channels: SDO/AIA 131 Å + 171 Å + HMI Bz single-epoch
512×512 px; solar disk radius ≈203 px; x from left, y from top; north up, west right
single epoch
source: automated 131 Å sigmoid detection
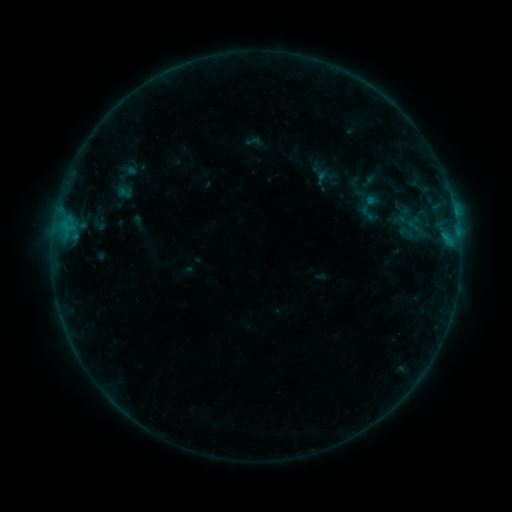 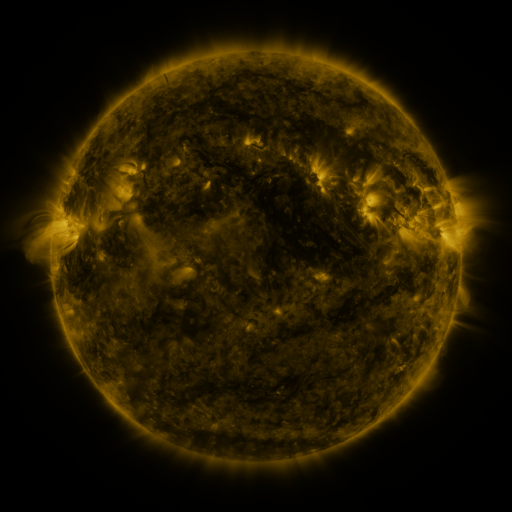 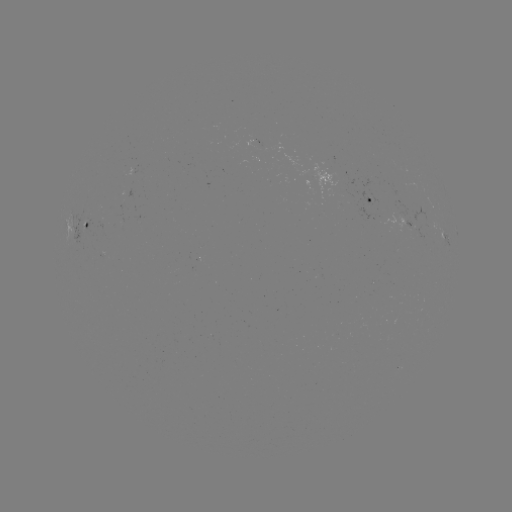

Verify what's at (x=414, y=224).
sigmoid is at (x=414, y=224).